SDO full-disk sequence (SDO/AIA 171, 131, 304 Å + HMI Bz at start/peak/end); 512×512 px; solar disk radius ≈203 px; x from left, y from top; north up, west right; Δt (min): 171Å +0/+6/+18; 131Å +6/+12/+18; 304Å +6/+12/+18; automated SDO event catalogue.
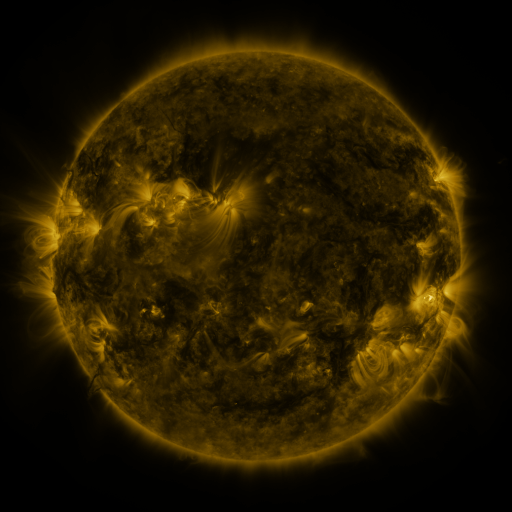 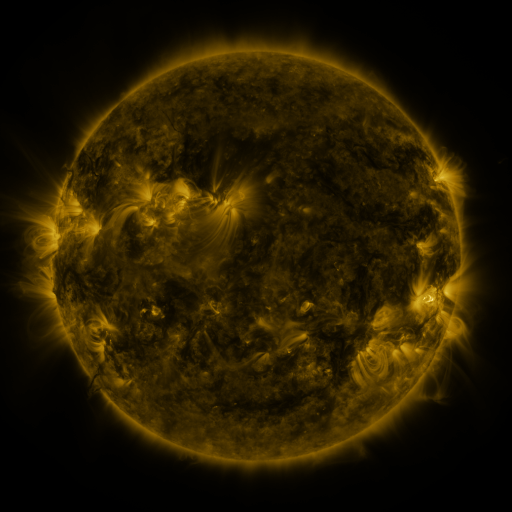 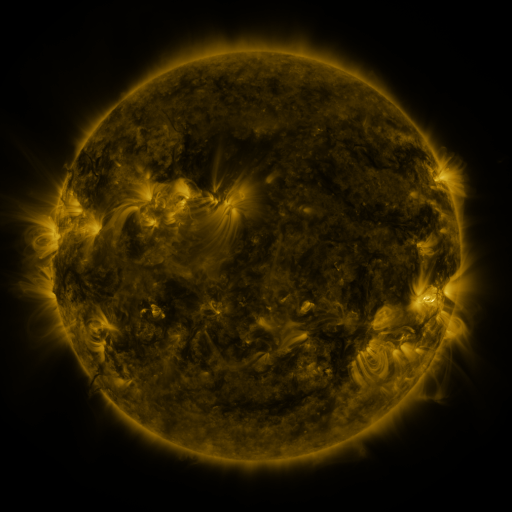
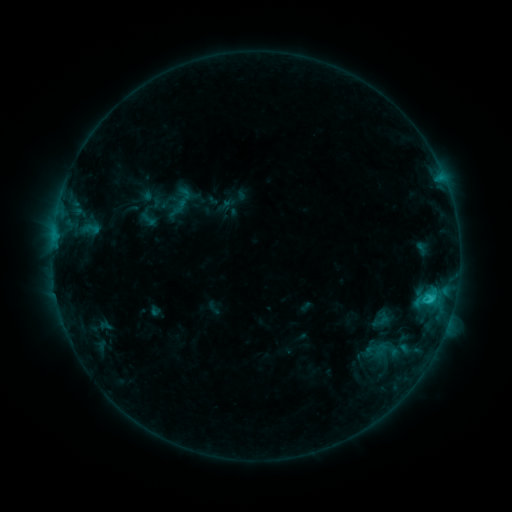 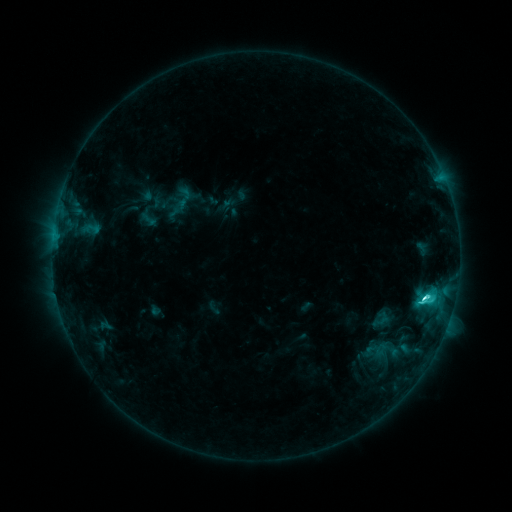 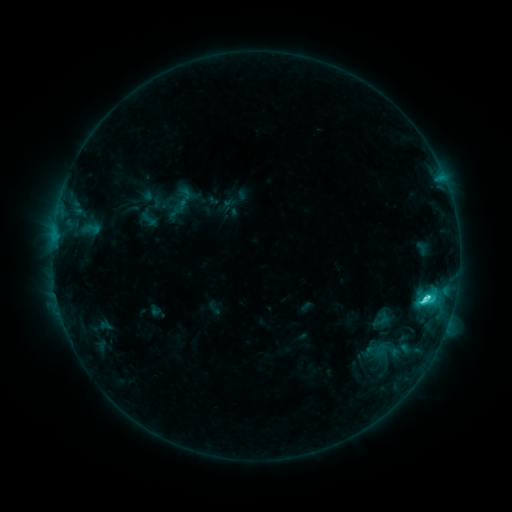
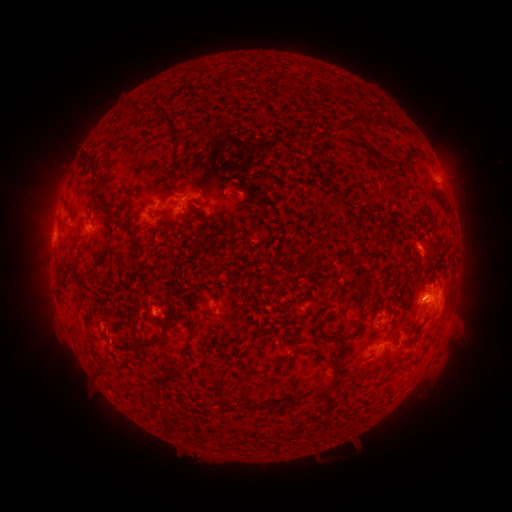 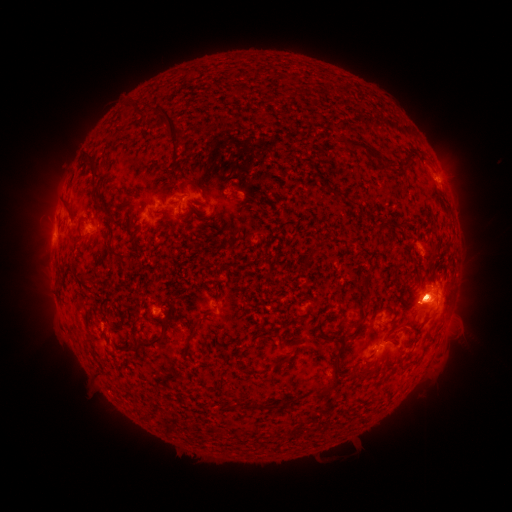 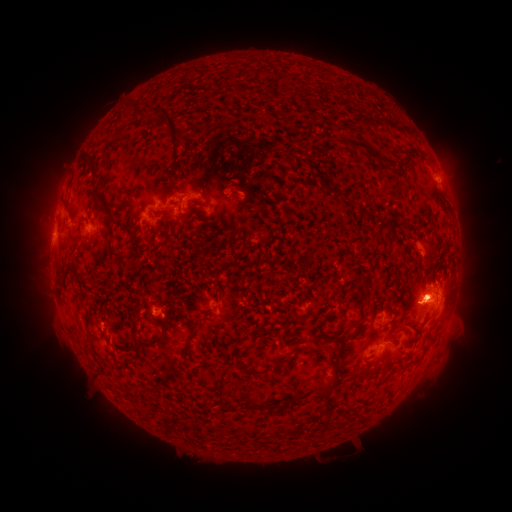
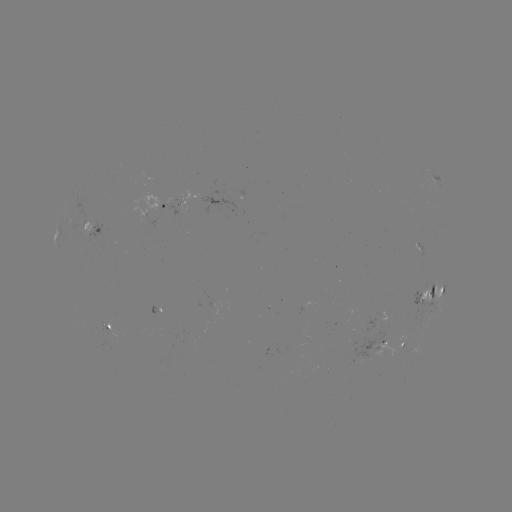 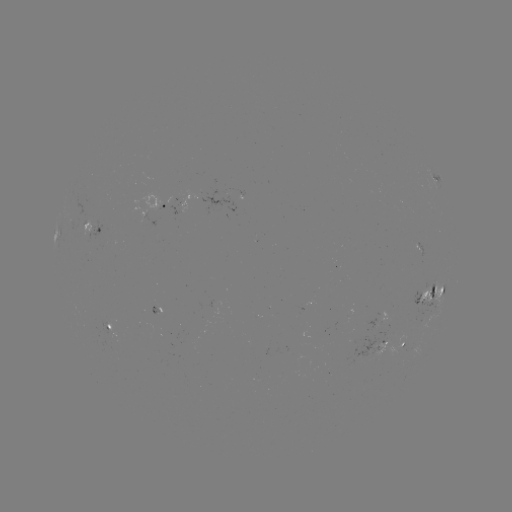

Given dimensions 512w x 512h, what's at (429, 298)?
eruption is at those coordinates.